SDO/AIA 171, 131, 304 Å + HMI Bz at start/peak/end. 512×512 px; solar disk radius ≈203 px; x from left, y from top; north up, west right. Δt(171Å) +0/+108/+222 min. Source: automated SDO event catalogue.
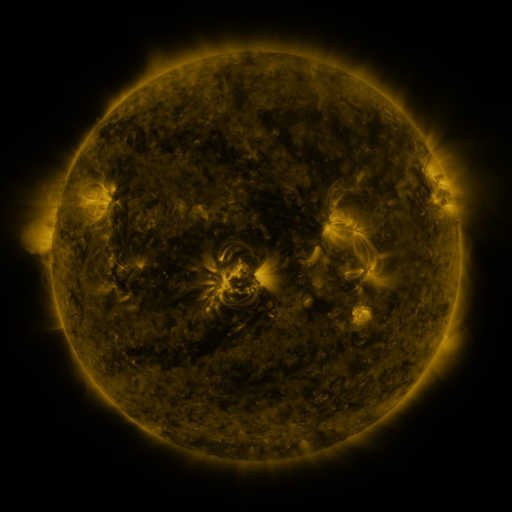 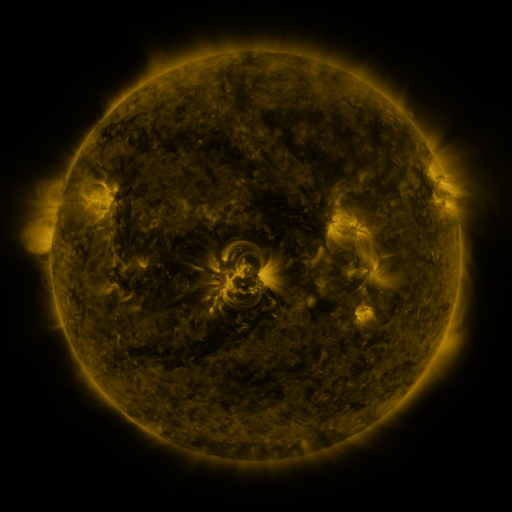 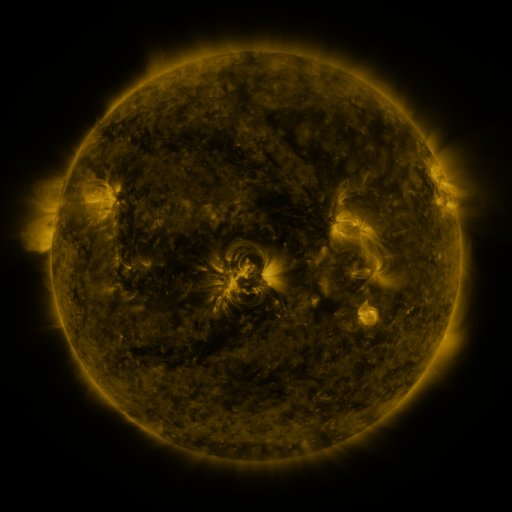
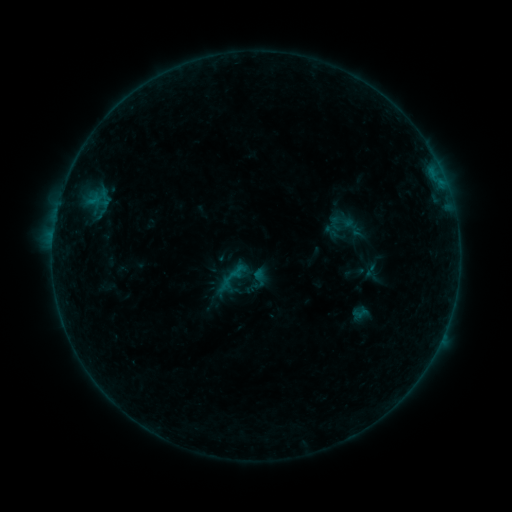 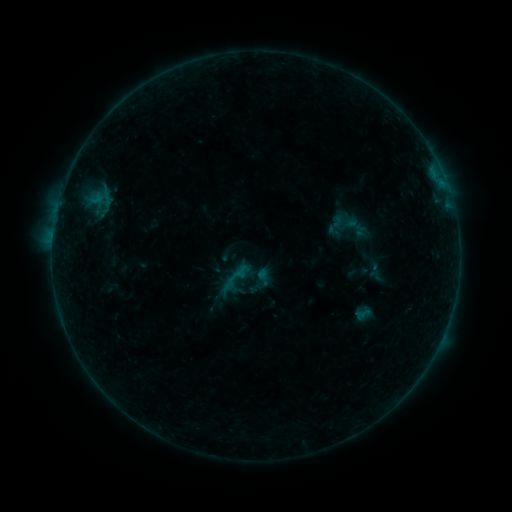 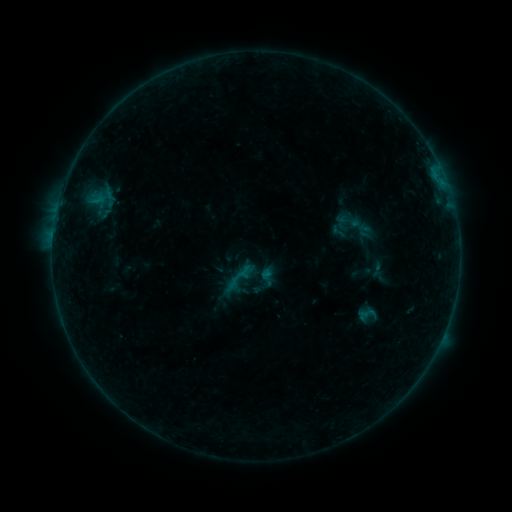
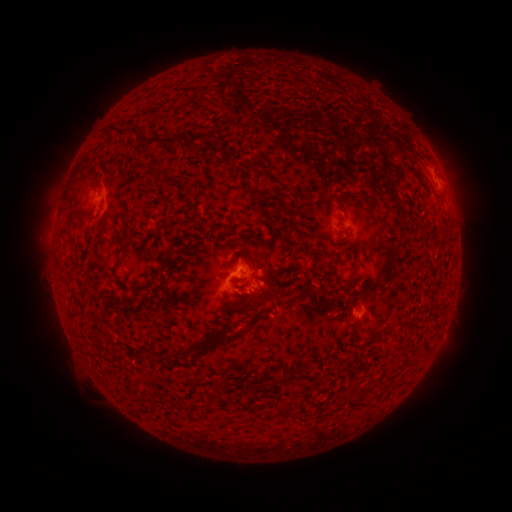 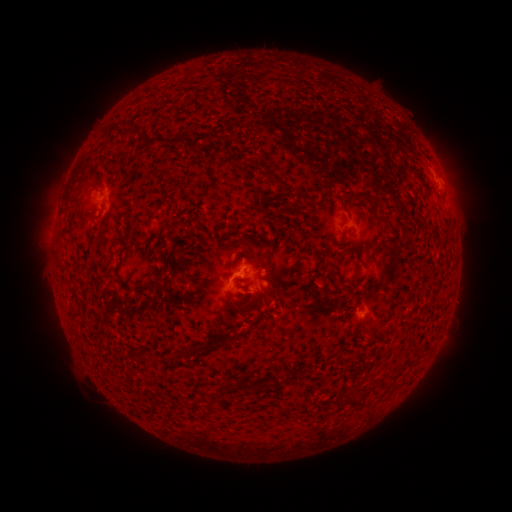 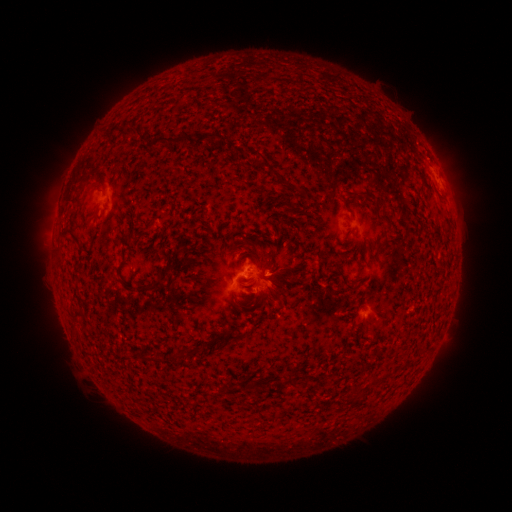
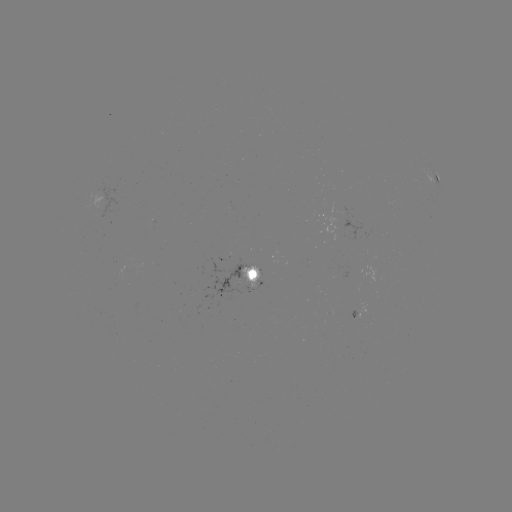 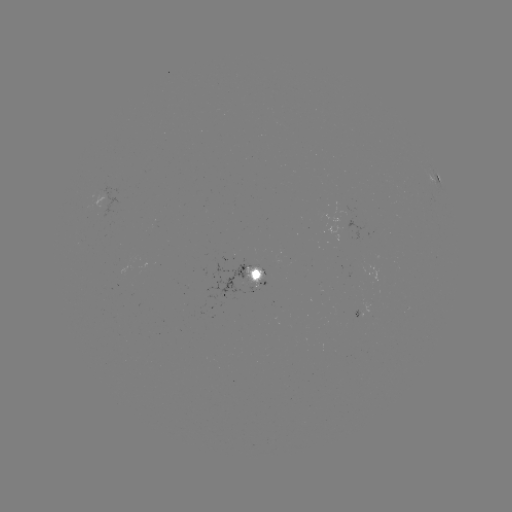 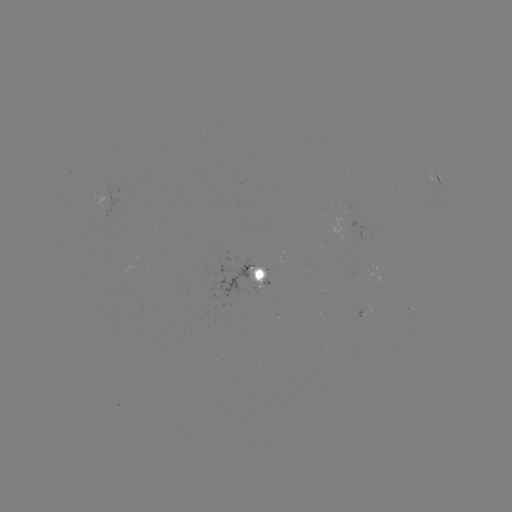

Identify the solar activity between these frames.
filament eruption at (265, 298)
